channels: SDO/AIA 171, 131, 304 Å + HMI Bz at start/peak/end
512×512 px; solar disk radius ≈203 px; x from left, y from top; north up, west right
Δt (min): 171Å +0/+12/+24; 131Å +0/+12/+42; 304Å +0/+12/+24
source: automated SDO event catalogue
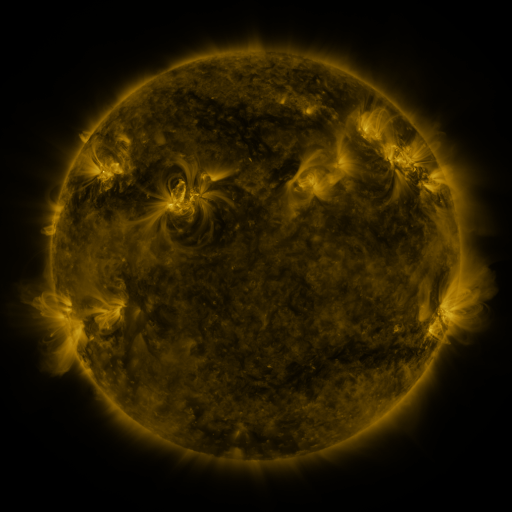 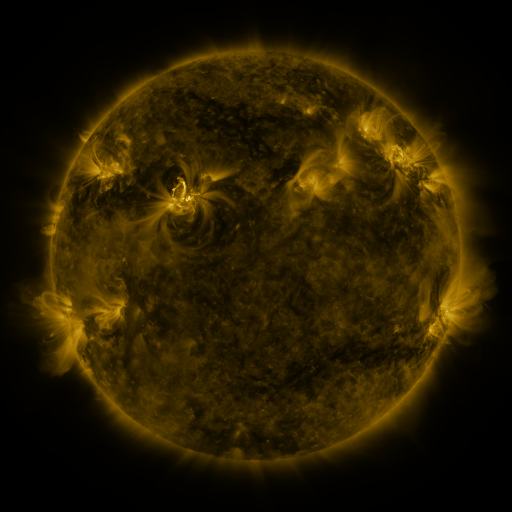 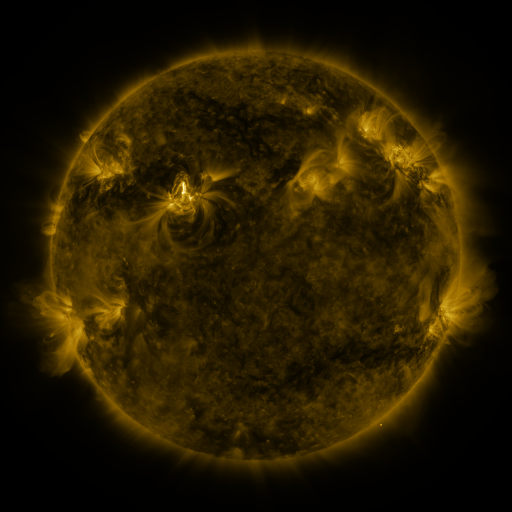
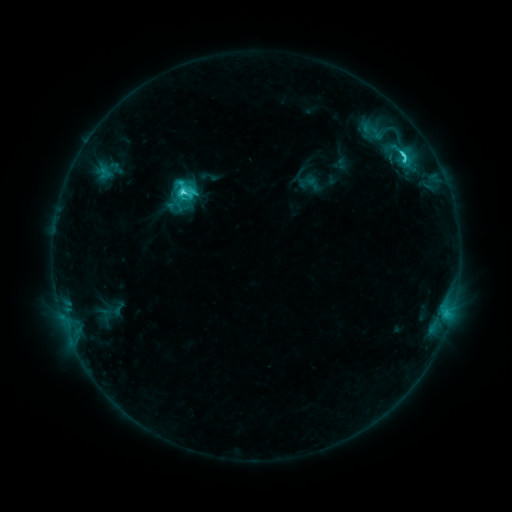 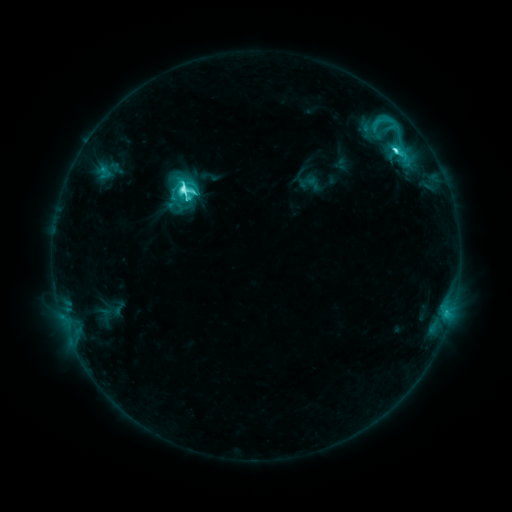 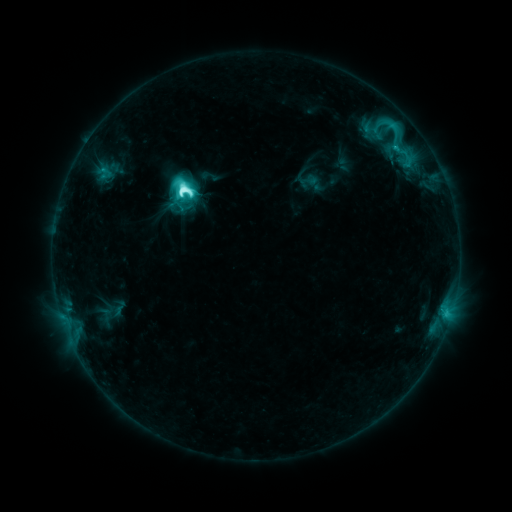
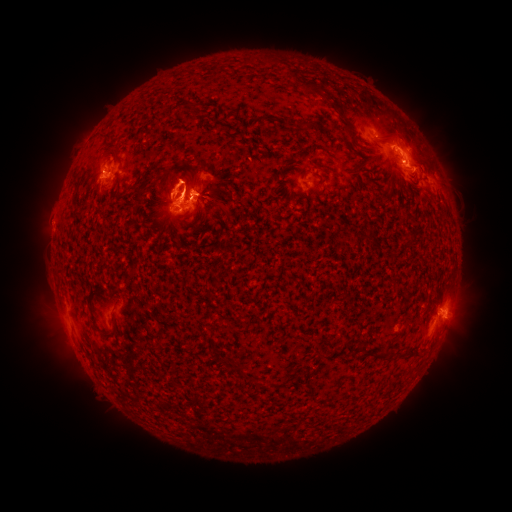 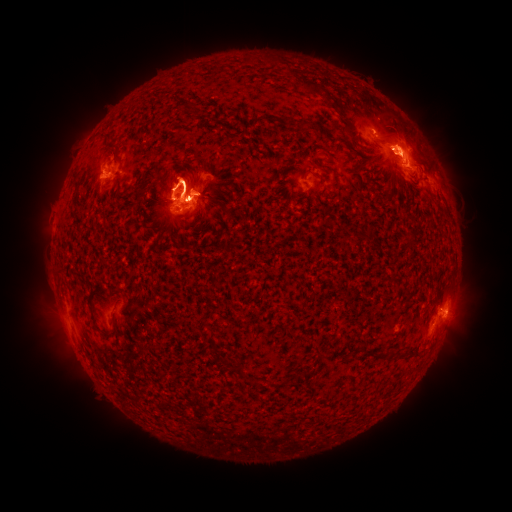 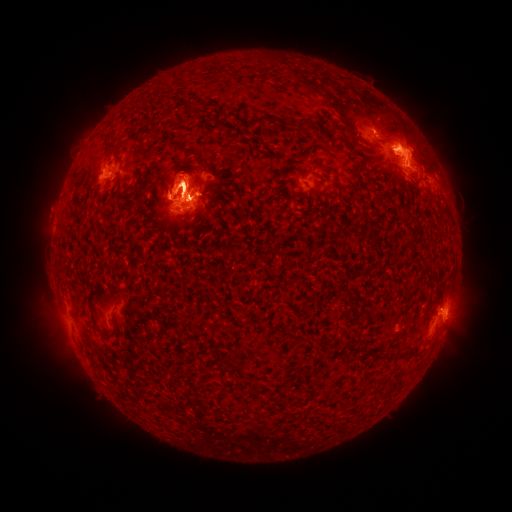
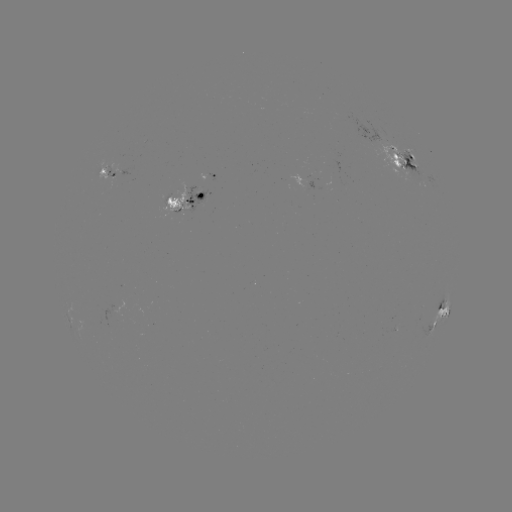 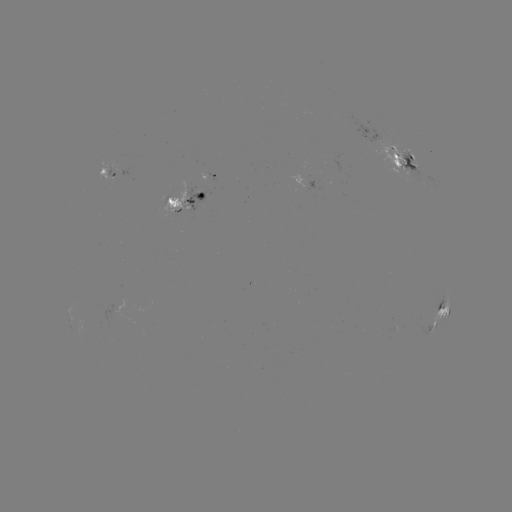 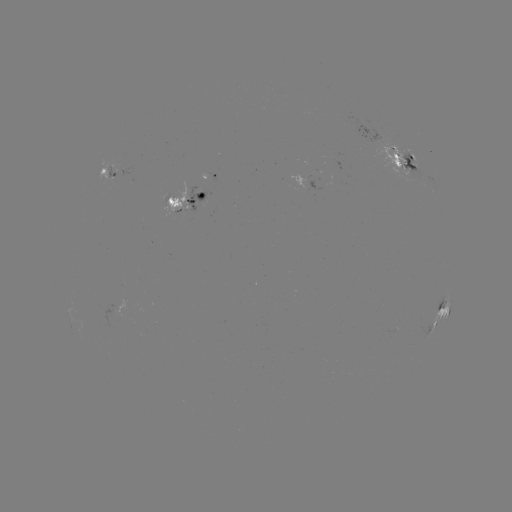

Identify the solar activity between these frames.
eruption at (416, 146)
